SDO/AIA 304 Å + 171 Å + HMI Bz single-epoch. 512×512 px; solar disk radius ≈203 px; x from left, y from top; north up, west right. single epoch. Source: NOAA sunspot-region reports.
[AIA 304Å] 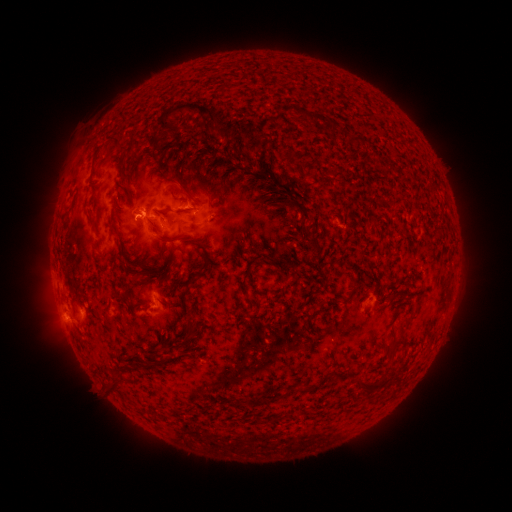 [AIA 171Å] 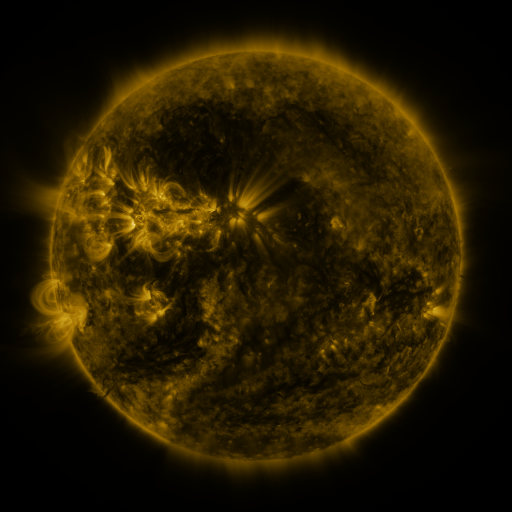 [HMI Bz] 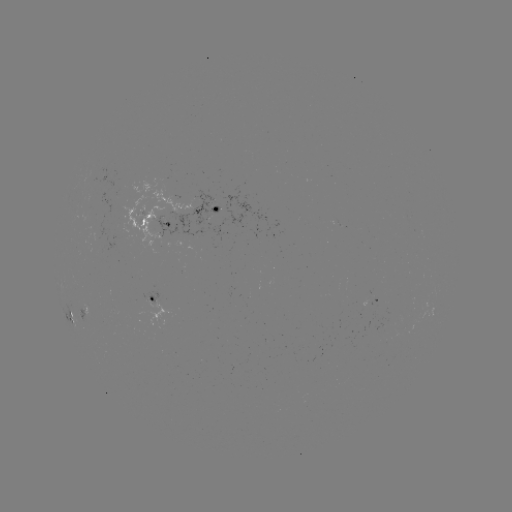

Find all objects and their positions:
spotted active region: (205, 209)
spotted active region: (150, 219)
spotted active region: (155, 300)
spotted active region: (373, 303)
spotted active region: (79, 313)
